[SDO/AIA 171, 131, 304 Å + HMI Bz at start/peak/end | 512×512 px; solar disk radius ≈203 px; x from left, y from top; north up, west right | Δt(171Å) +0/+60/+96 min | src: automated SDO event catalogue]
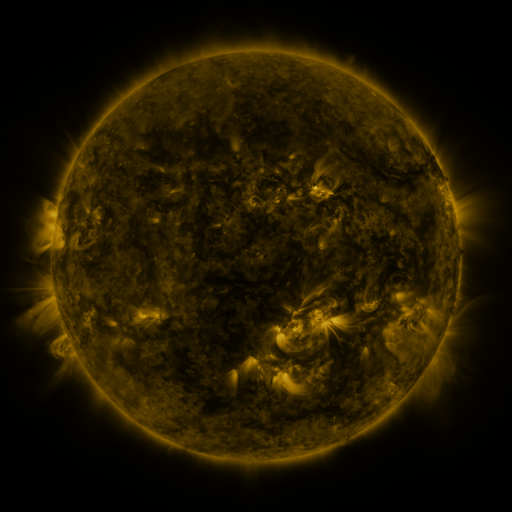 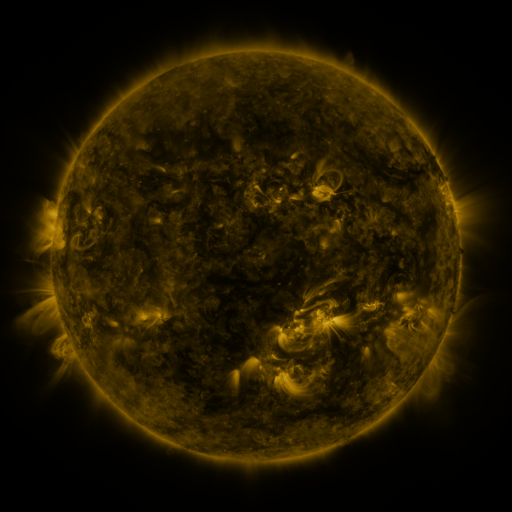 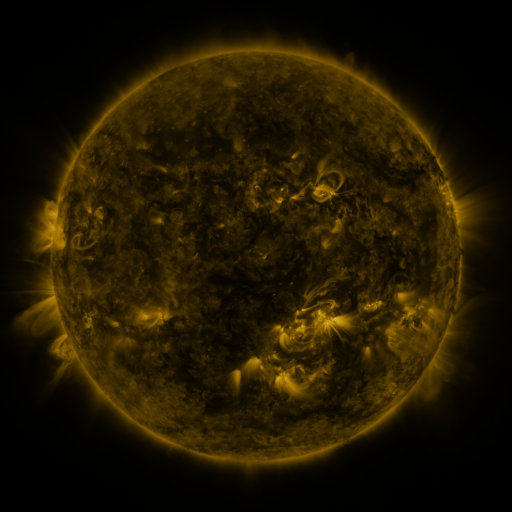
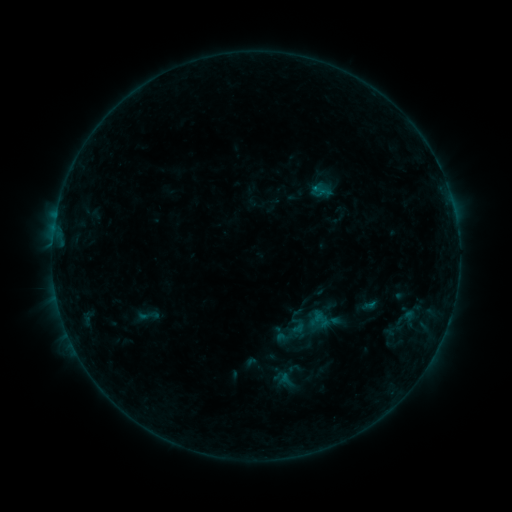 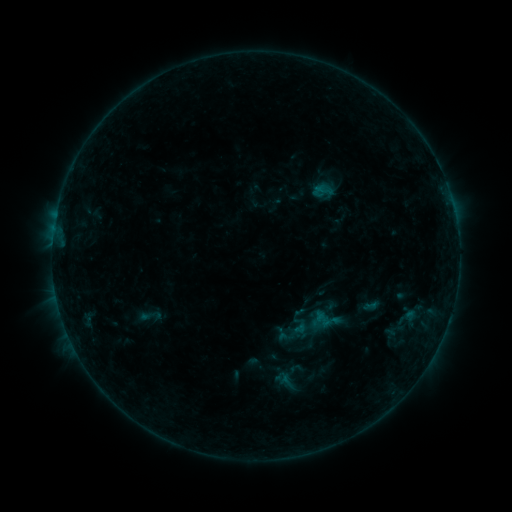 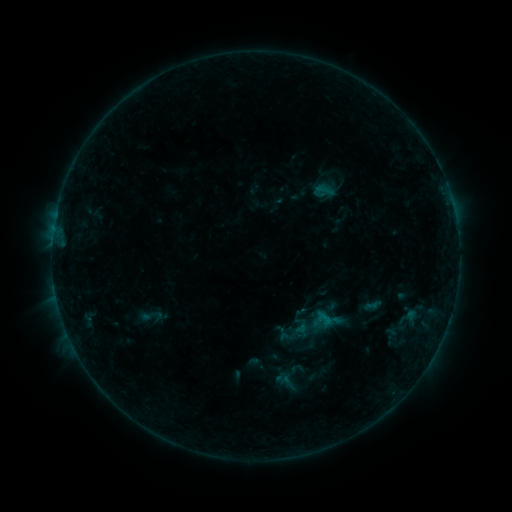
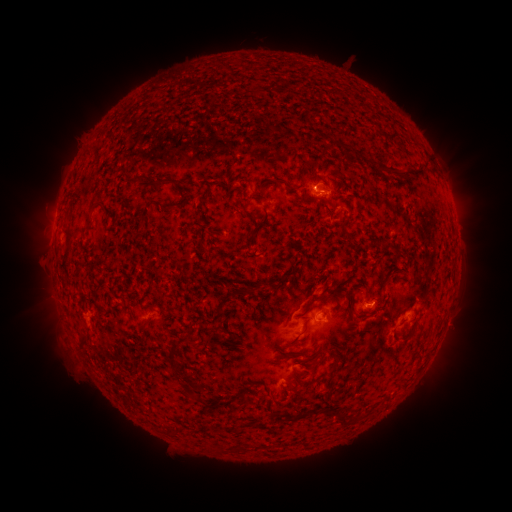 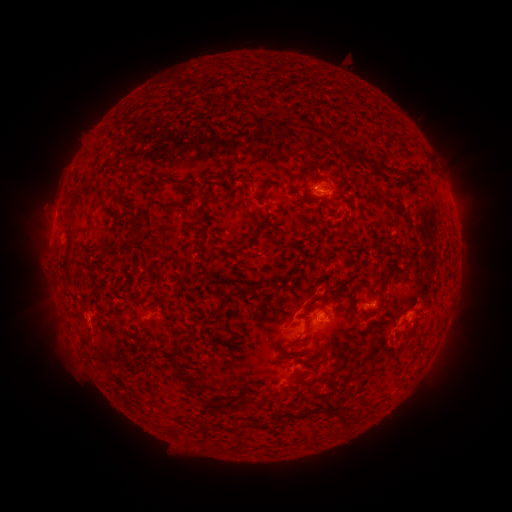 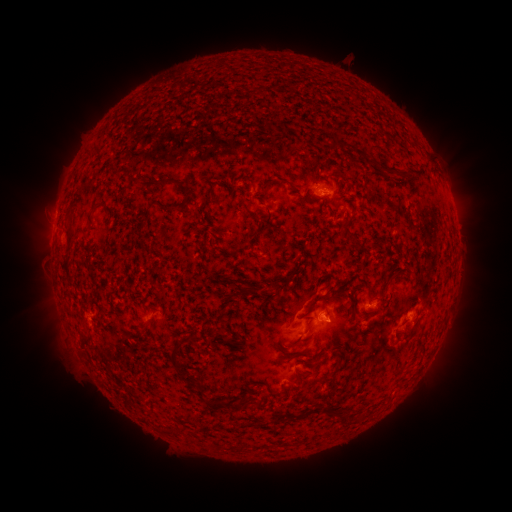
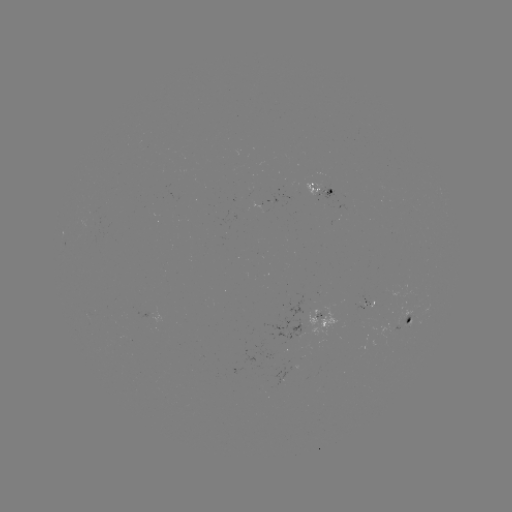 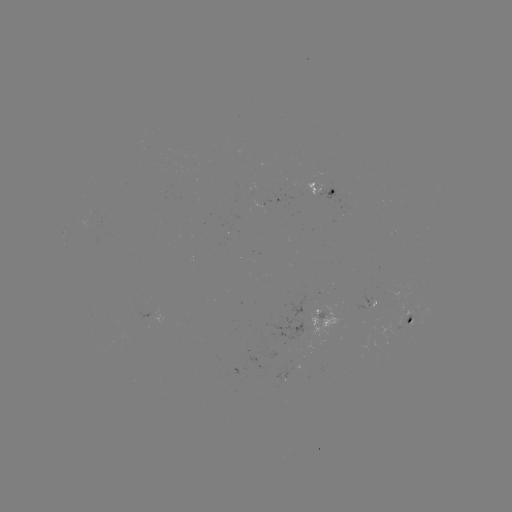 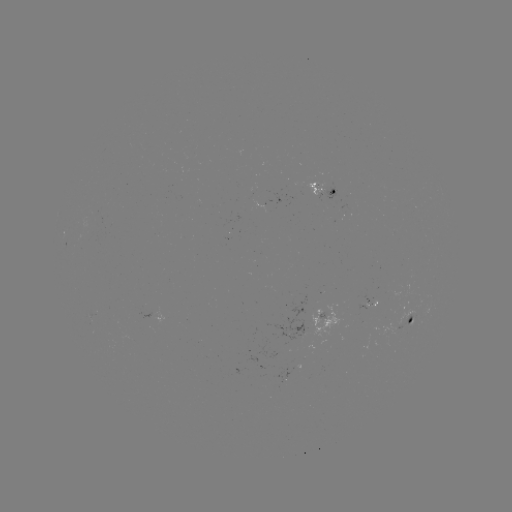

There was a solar emerging-flux region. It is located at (88, 227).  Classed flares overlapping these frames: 1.